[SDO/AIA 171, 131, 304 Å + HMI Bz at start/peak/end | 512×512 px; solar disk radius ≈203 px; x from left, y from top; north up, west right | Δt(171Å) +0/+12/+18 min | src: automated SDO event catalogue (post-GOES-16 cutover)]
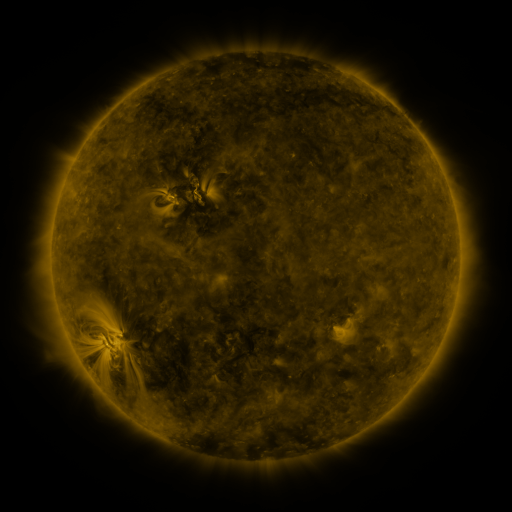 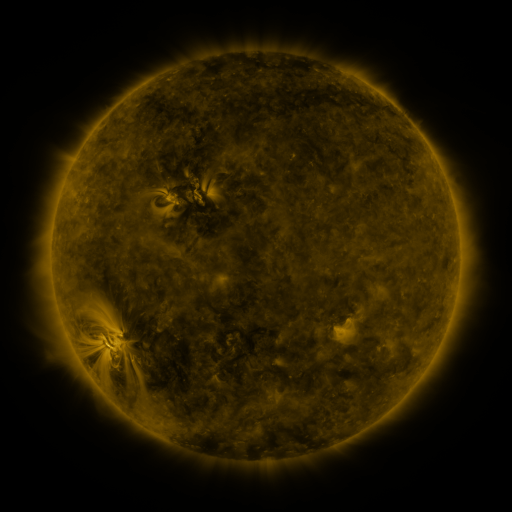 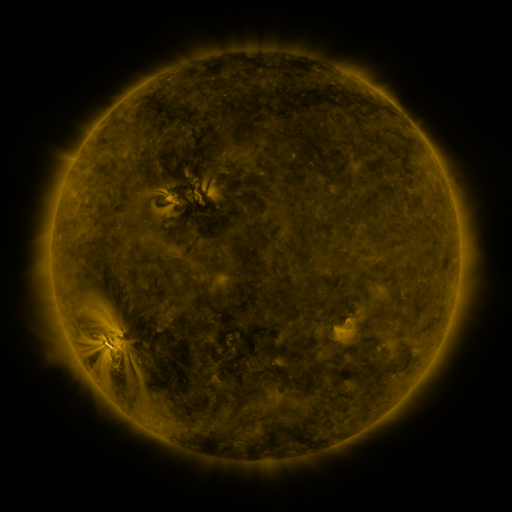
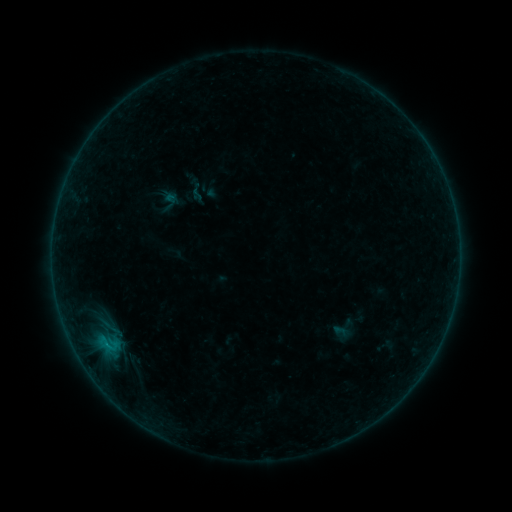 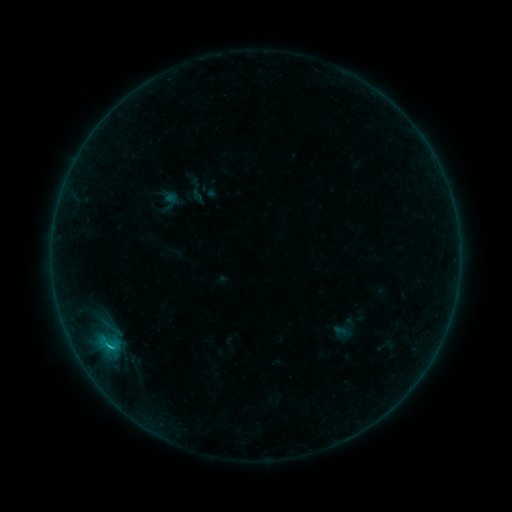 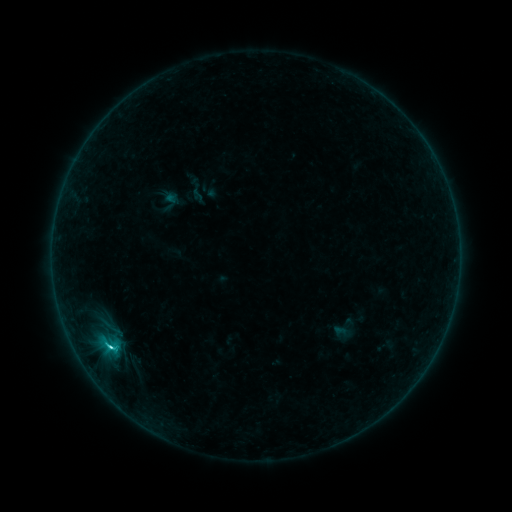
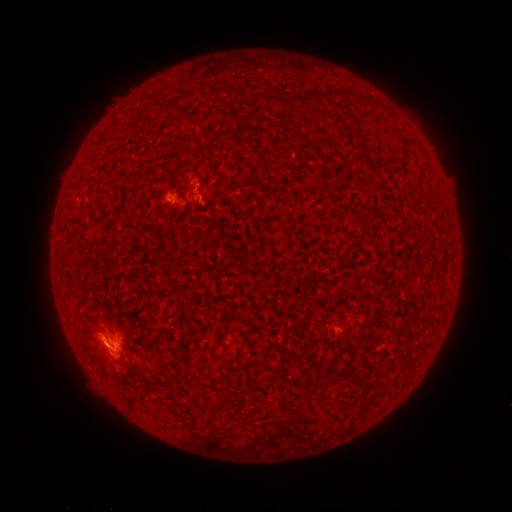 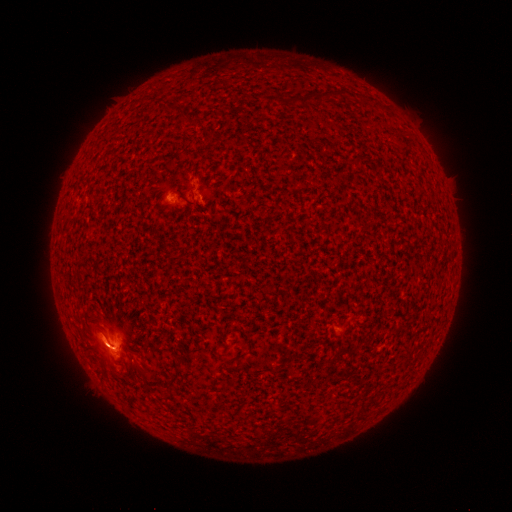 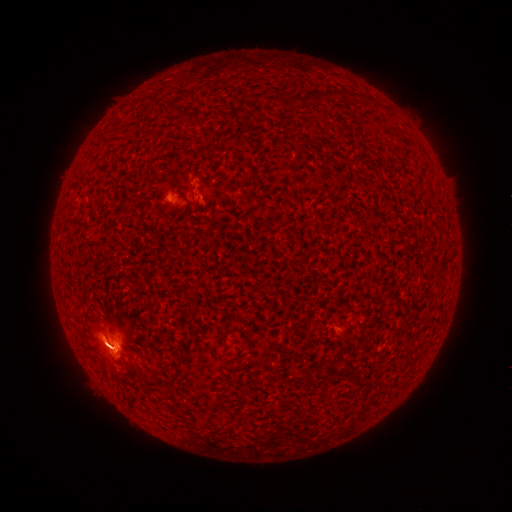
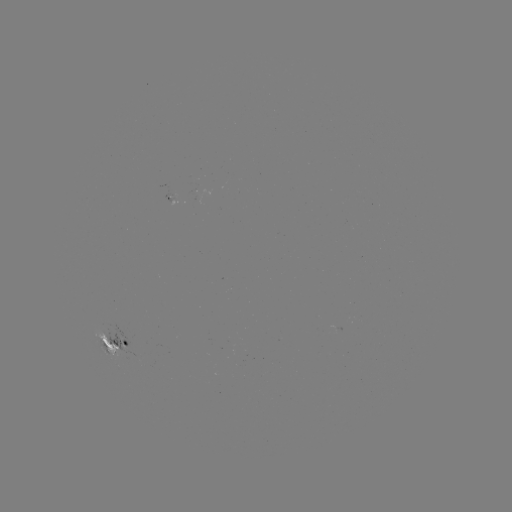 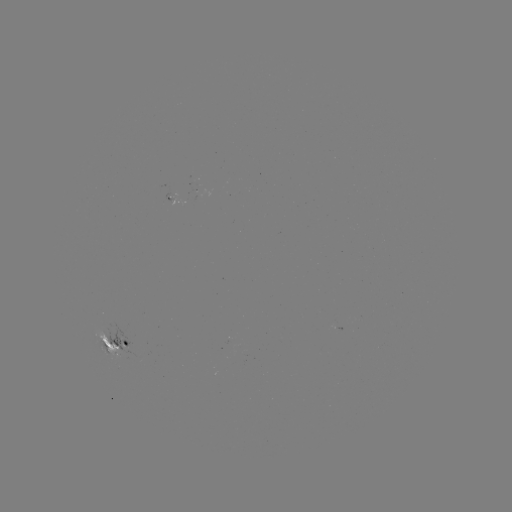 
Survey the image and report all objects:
C1.4 flare: (110, 343)
